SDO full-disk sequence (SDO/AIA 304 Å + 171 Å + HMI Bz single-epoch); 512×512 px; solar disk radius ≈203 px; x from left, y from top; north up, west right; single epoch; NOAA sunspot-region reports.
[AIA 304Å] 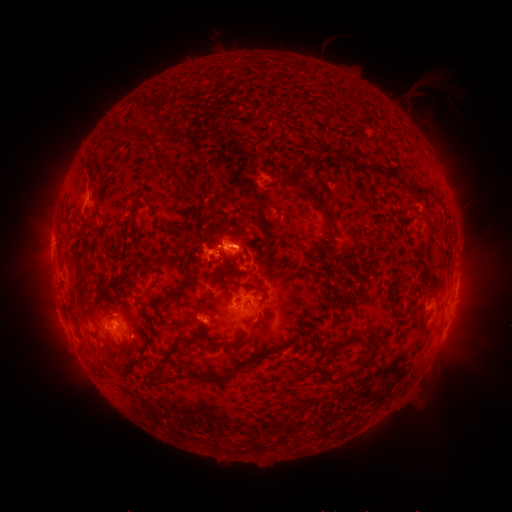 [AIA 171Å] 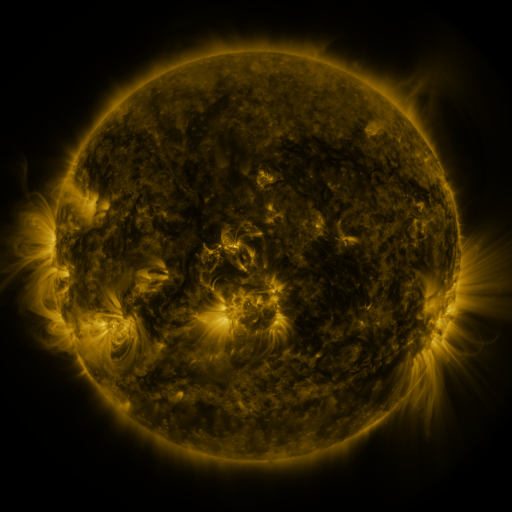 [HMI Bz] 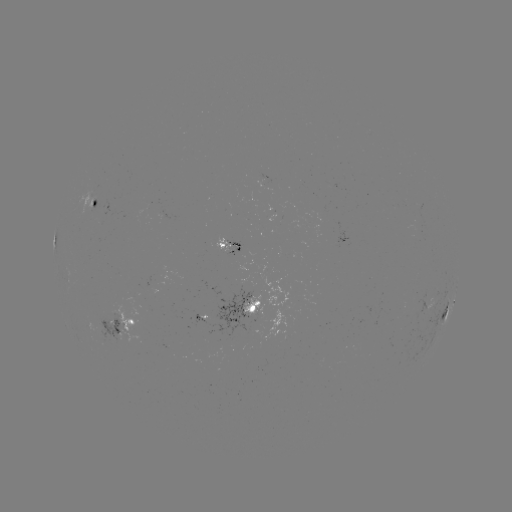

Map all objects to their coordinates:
spotted active region: (98, 206)
spotted active region: (231, 243)
spotted active region: (252, 307)
spotted active region: (449, 309)
spotted active region: (208, 320)
spotted active region: (129, 326)
